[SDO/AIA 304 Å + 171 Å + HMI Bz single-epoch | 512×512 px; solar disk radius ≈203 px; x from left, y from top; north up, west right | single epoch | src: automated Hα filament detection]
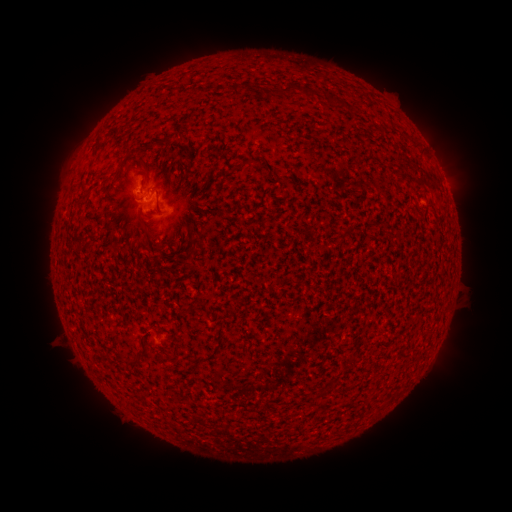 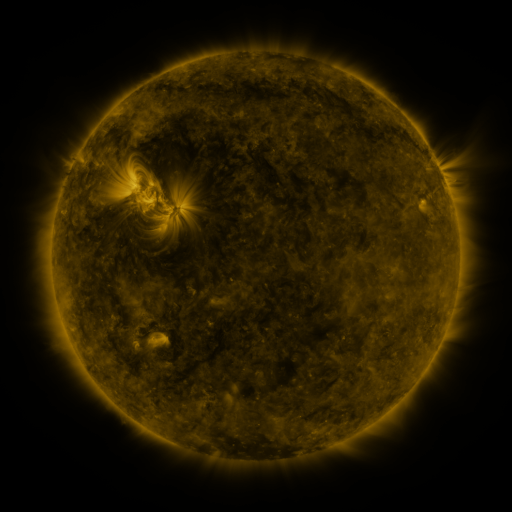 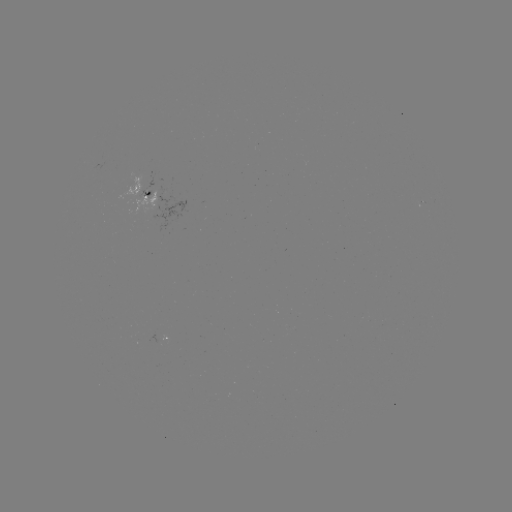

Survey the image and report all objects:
filament: [229, 83, 242, 98]
filament: [273, 83, 296, 96]
filament: [260, 88, 269, 97]
filament: [304, 88, 319, 100]
filament: [326, 95, 336, 108]
filament: [147, 141, 159, 150]
filament: [210, 145, 219, 154]
filament: [154, 198, 160, 213]
filament: [138, 219, 146, 231]
filament: [163, 350, 175, 361]
filament: [117, 352, 140, 366]
